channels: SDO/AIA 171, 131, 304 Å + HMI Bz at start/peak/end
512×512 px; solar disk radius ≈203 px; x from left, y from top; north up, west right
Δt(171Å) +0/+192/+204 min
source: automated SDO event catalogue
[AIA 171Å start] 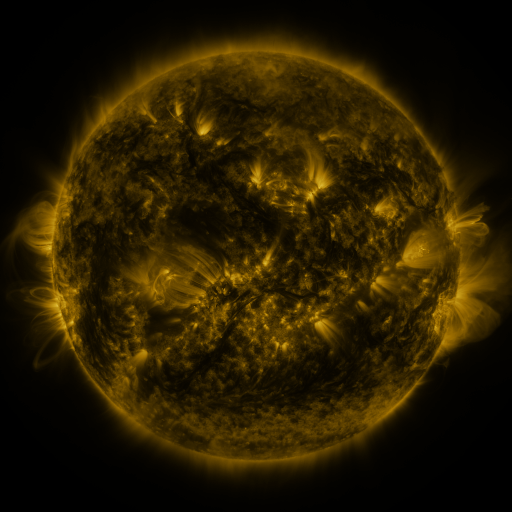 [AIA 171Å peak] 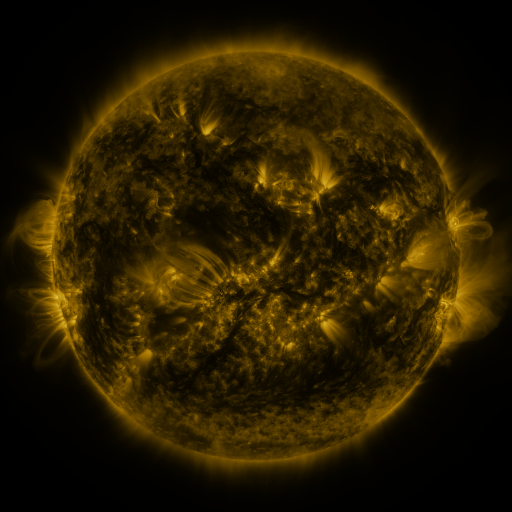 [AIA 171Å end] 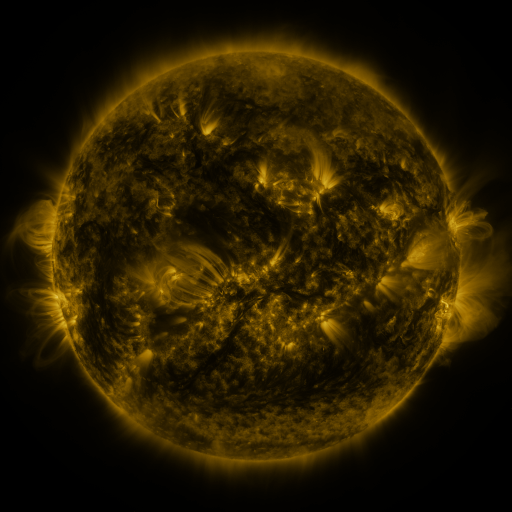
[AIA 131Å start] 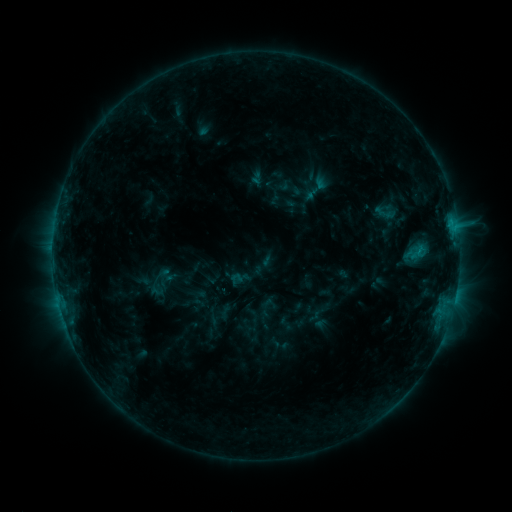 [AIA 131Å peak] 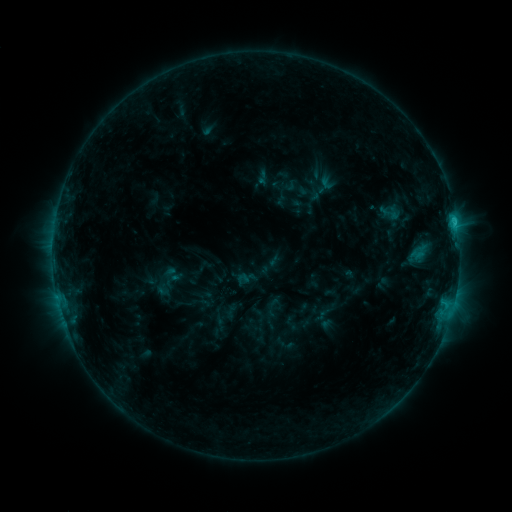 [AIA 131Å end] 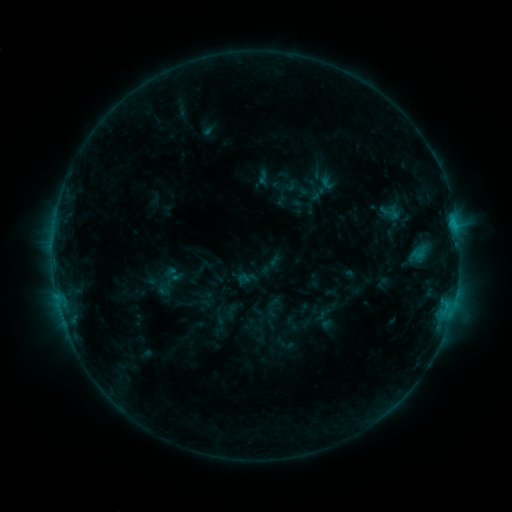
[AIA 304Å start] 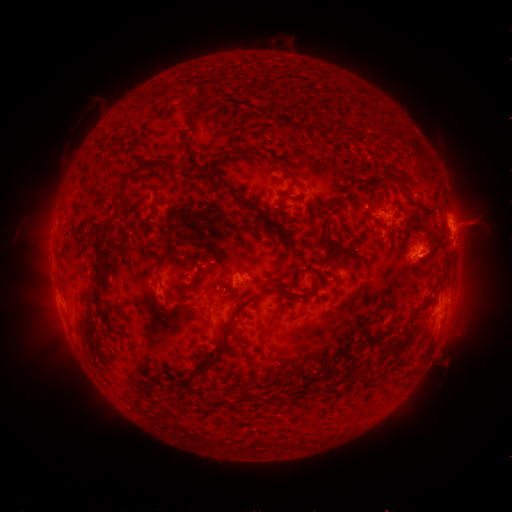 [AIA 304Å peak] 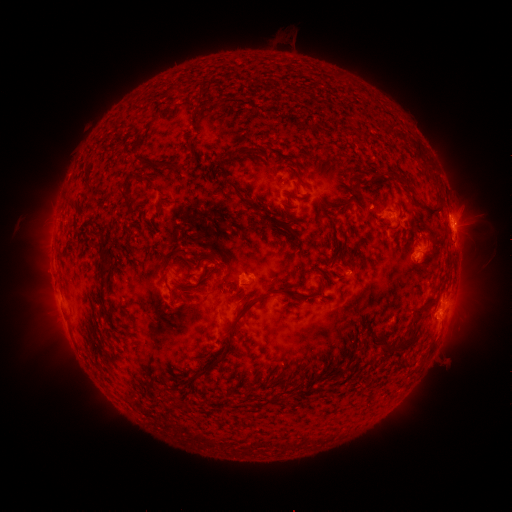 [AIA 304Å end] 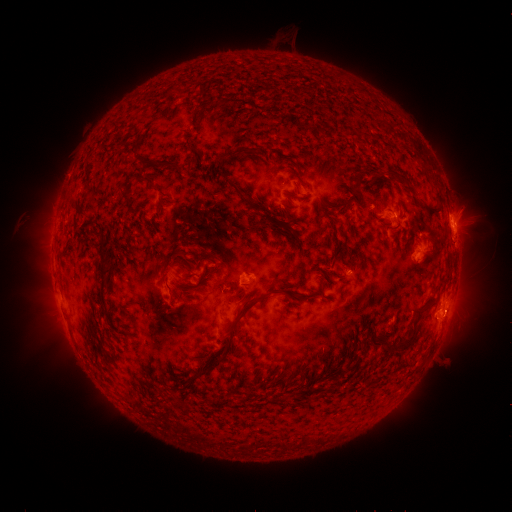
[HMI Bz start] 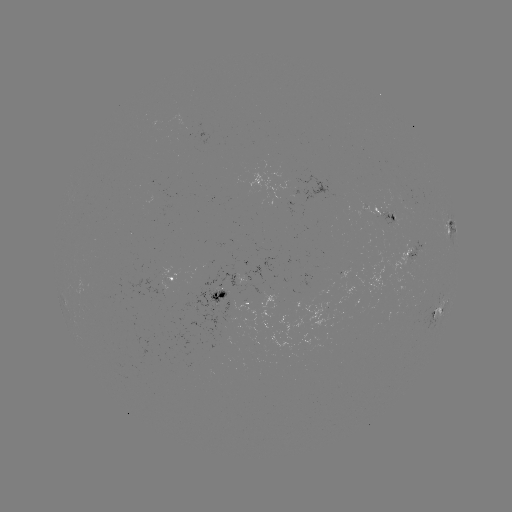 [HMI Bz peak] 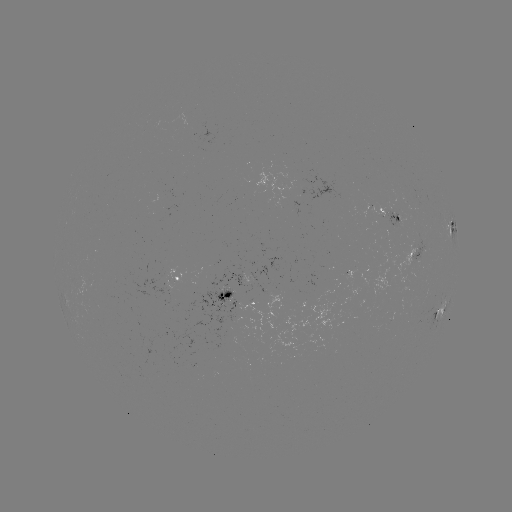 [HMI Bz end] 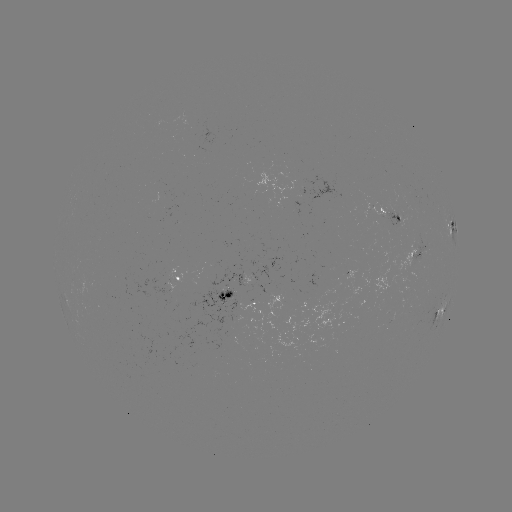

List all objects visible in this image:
emerging-flux region: (349, 274)
